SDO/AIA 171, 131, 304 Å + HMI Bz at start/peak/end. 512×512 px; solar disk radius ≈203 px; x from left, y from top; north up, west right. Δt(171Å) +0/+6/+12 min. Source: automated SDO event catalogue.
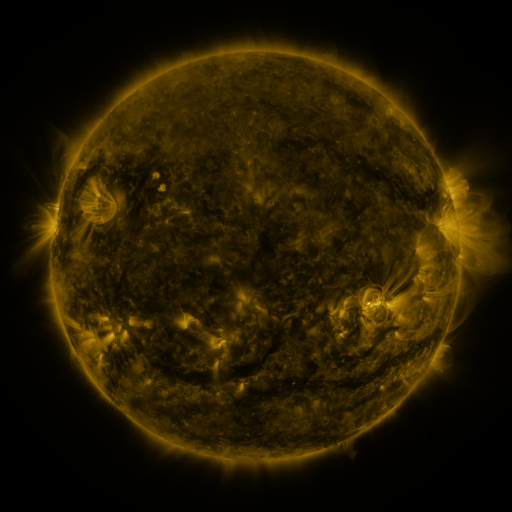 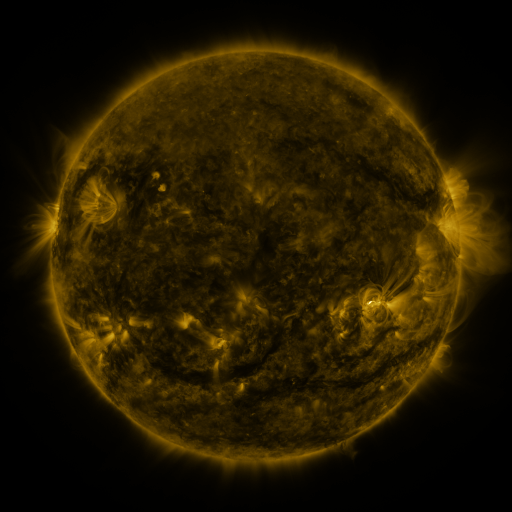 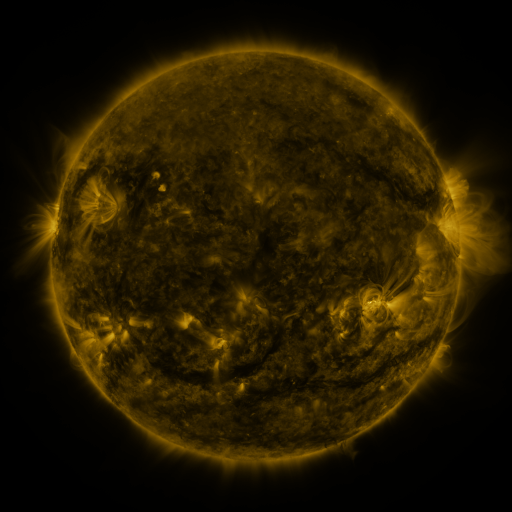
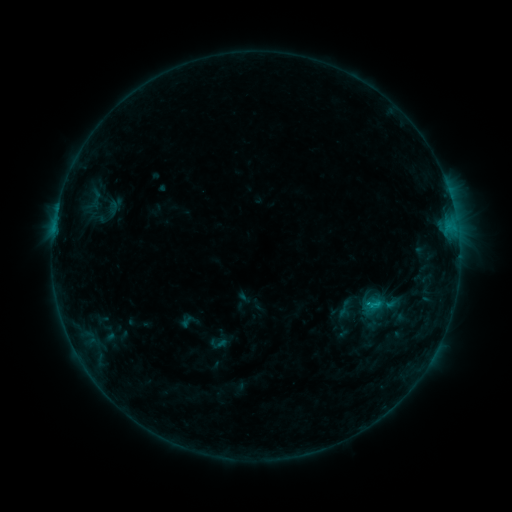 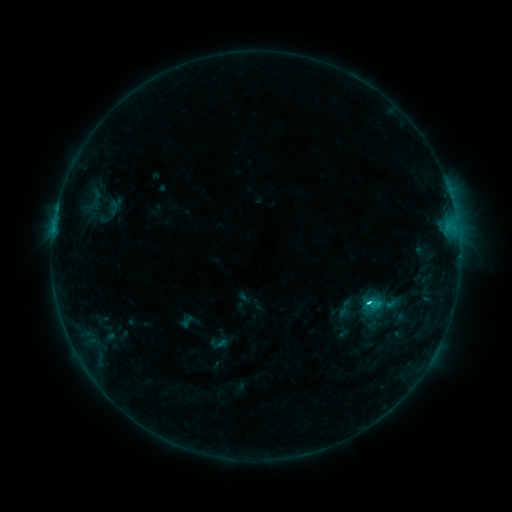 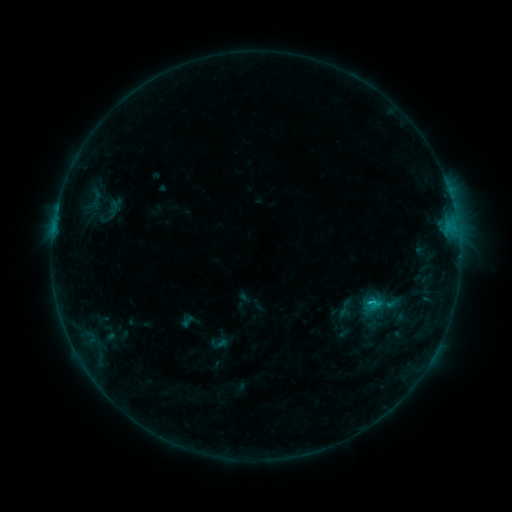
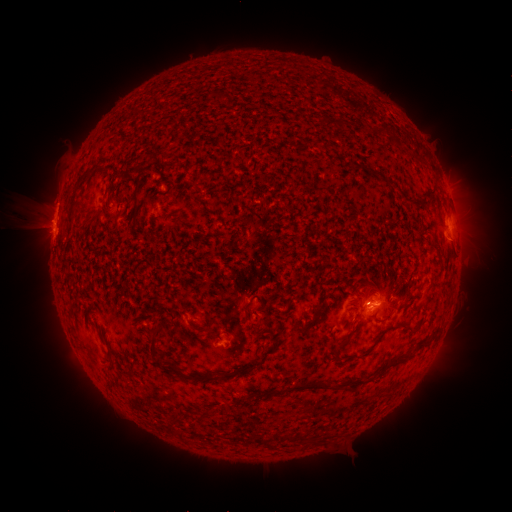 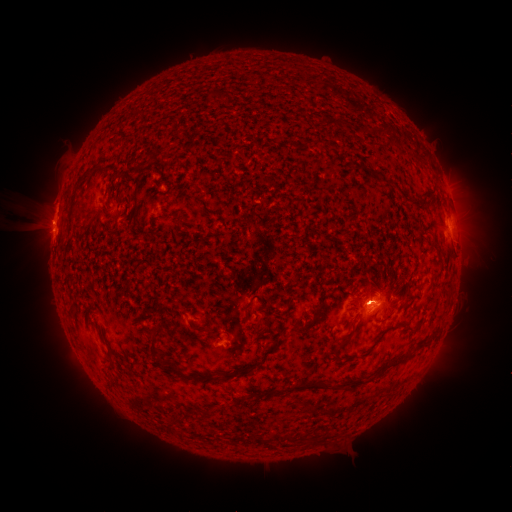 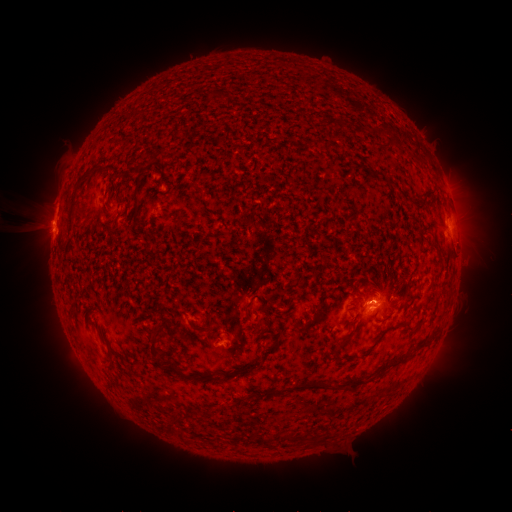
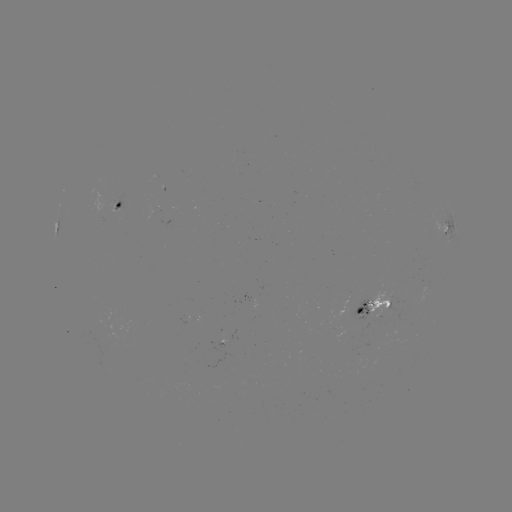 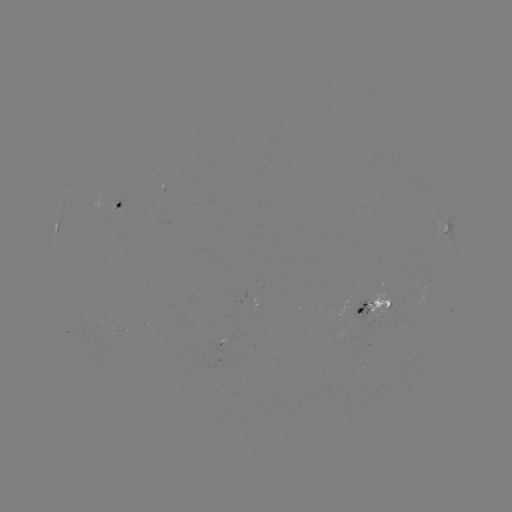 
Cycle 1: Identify eruption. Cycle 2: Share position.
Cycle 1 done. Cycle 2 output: (370, 291).